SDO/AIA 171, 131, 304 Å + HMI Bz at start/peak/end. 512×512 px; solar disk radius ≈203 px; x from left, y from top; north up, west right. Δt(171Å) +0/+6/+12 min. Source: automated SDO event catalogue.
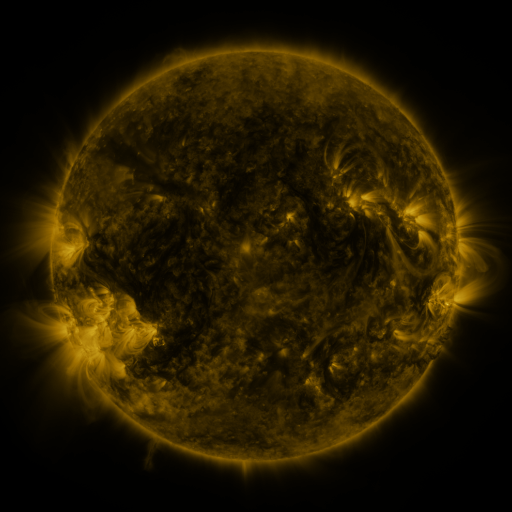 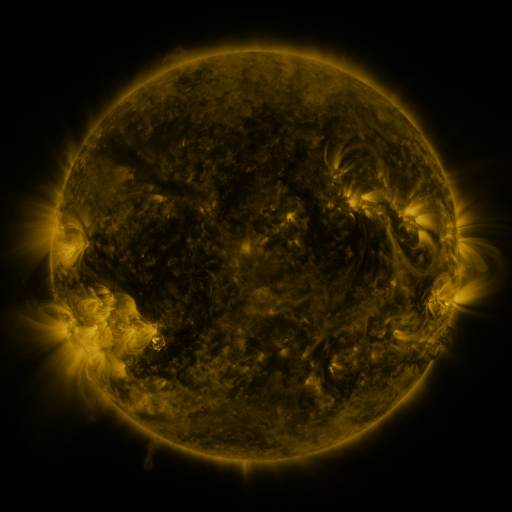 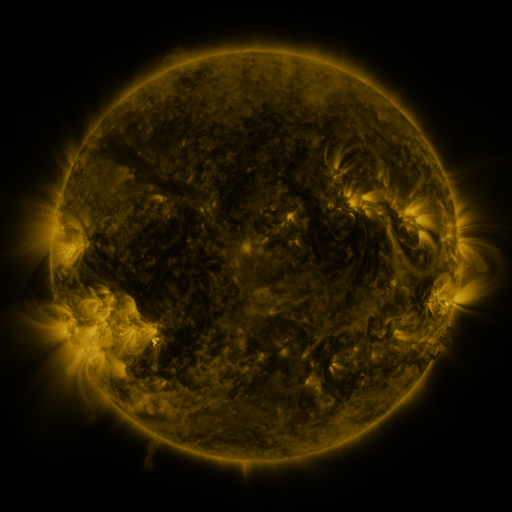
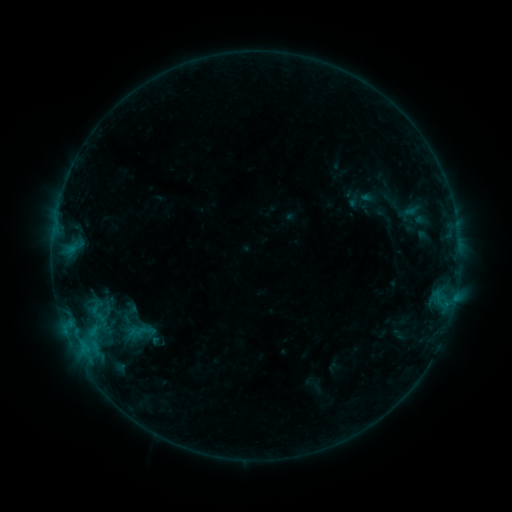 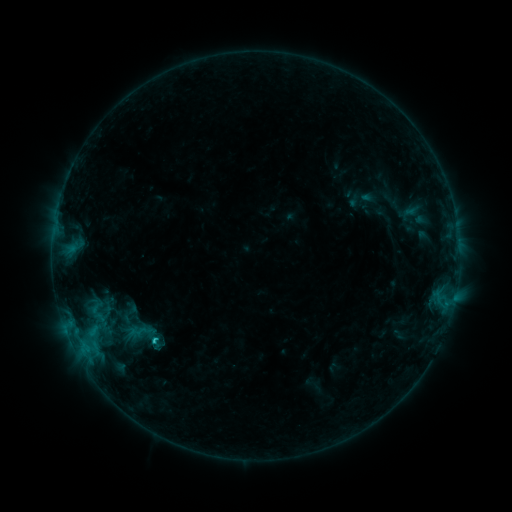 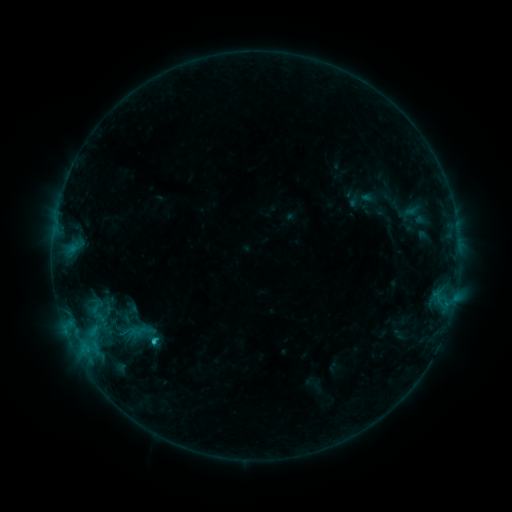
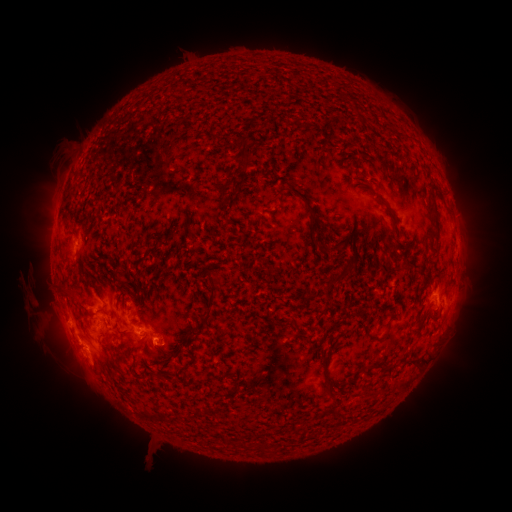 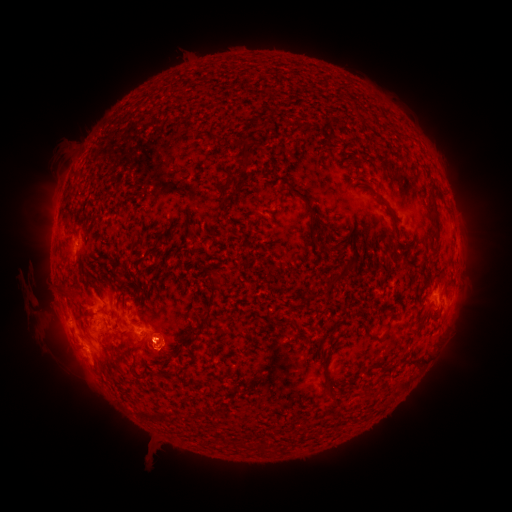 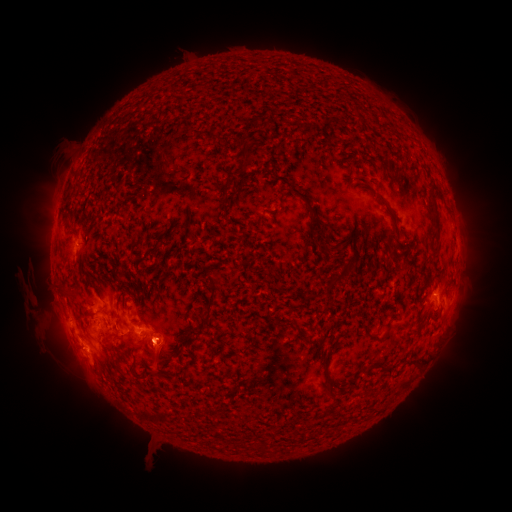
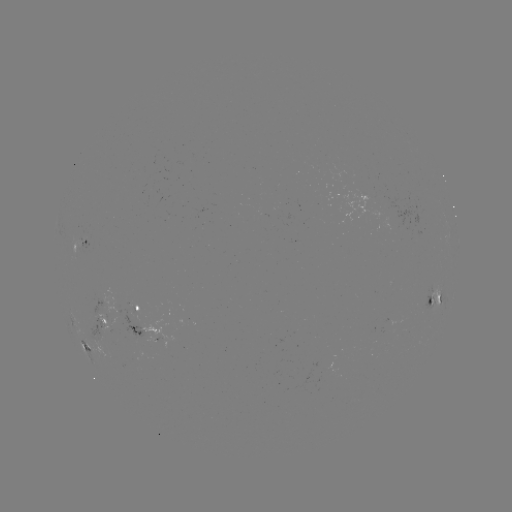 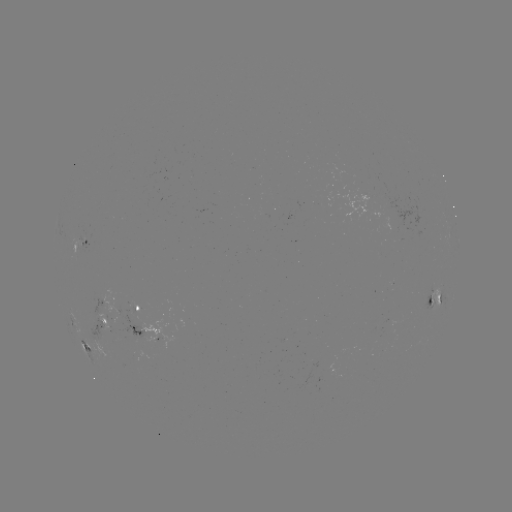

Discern eruption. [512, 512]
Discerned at (160, 353).